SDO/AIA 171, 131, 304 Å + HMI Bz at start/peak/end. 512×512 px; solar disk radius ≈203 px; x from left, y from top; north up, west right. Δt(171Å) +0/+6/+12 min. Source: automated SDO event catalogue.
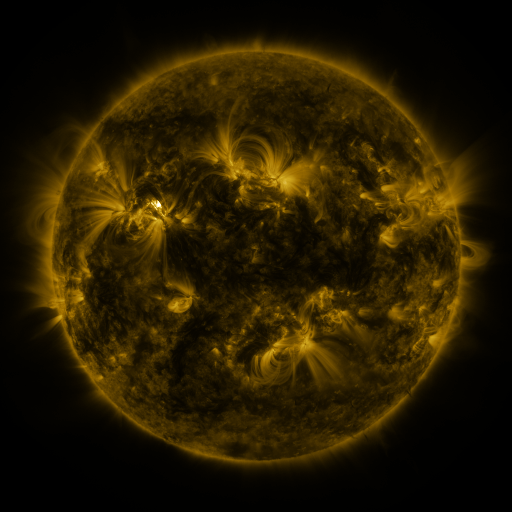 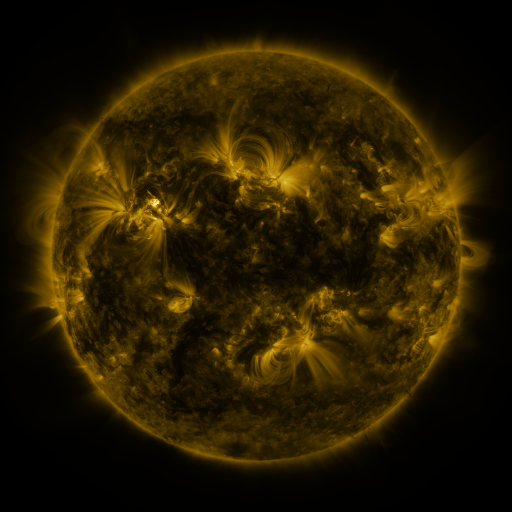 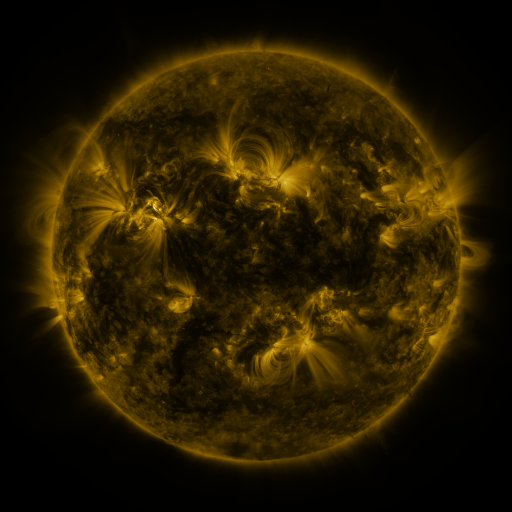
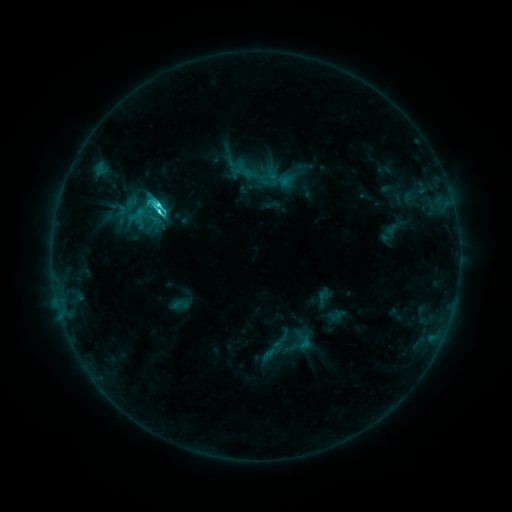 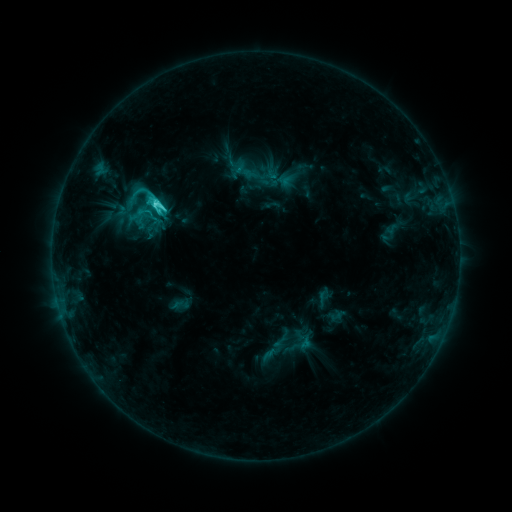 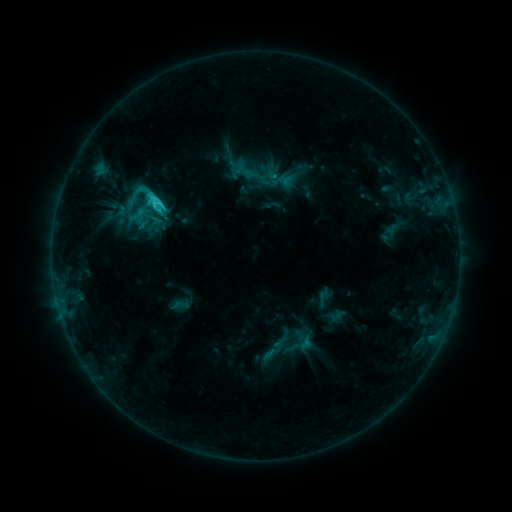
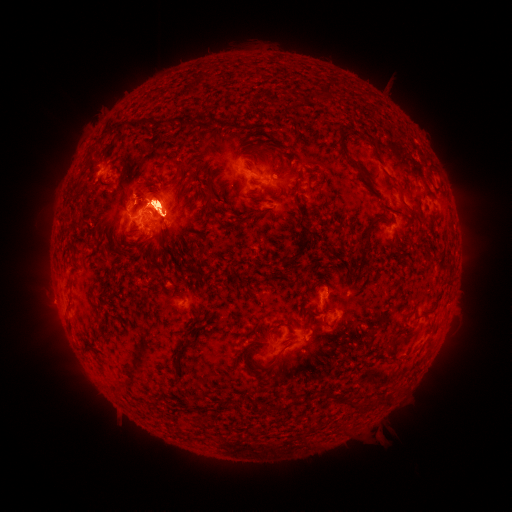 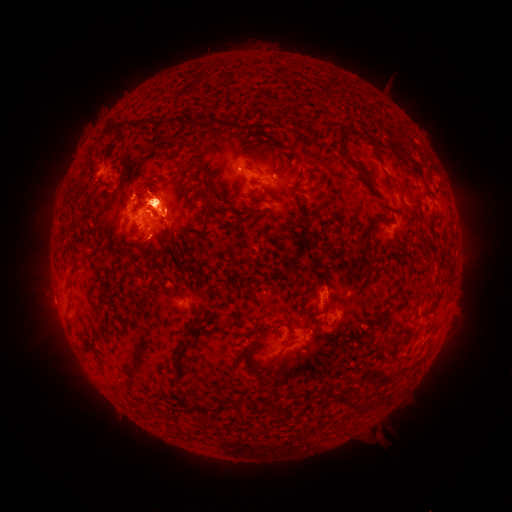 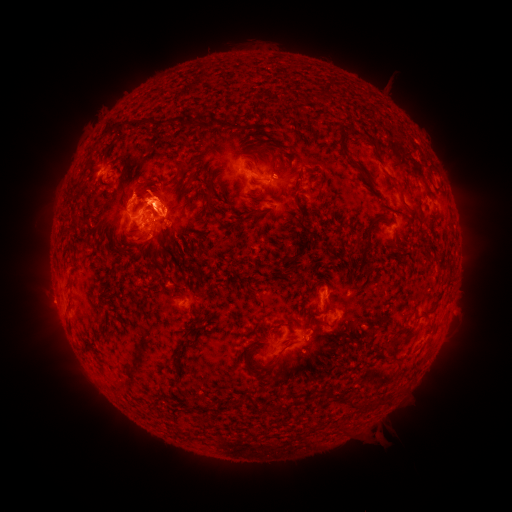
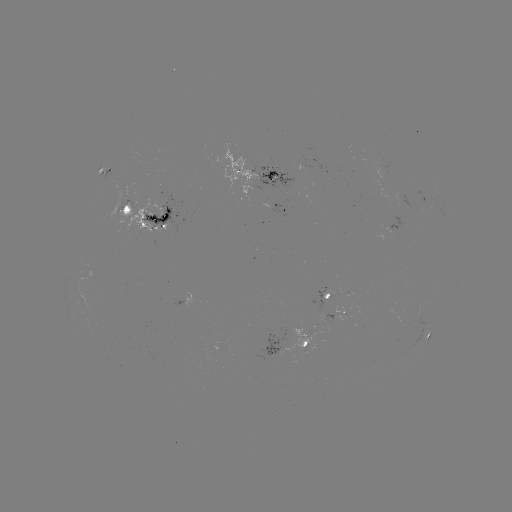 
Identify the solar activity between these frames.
eruption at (295, 364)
